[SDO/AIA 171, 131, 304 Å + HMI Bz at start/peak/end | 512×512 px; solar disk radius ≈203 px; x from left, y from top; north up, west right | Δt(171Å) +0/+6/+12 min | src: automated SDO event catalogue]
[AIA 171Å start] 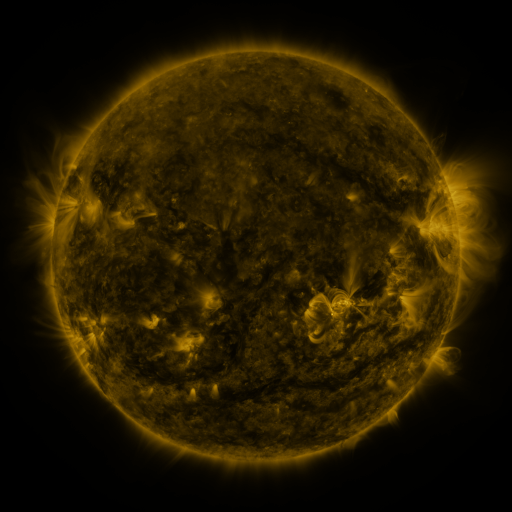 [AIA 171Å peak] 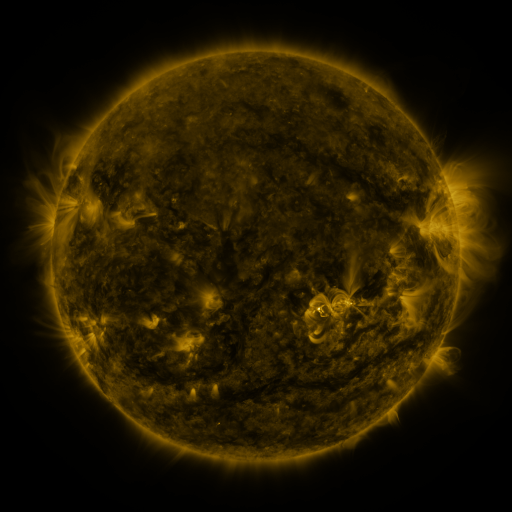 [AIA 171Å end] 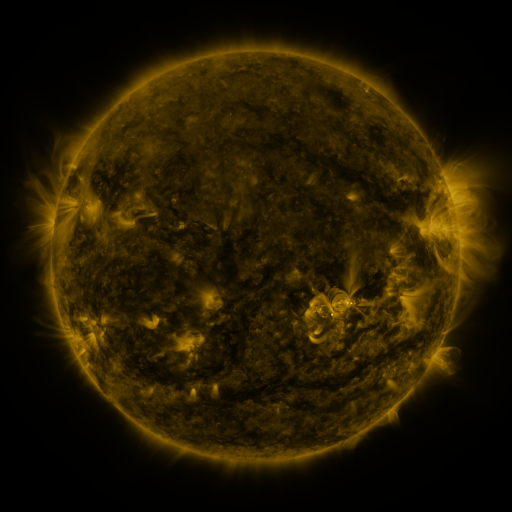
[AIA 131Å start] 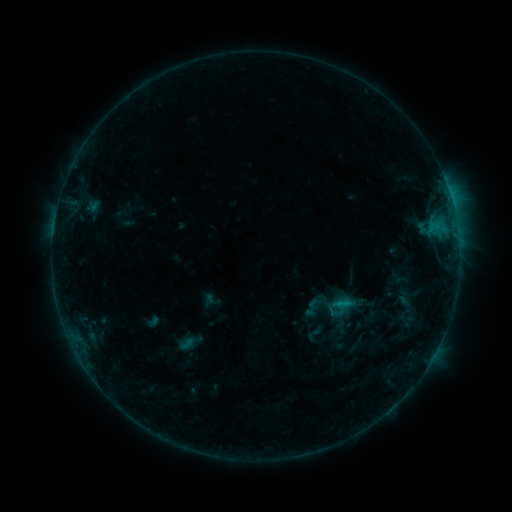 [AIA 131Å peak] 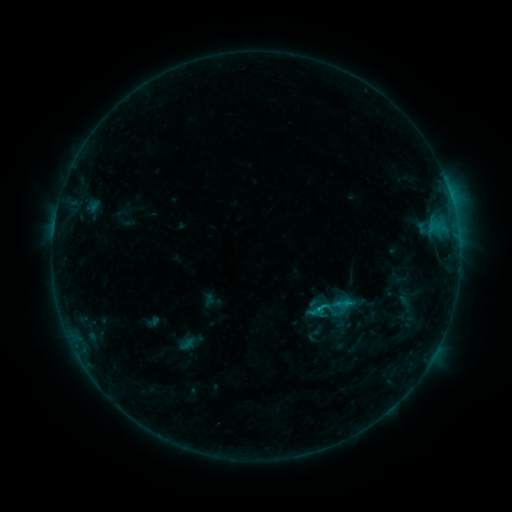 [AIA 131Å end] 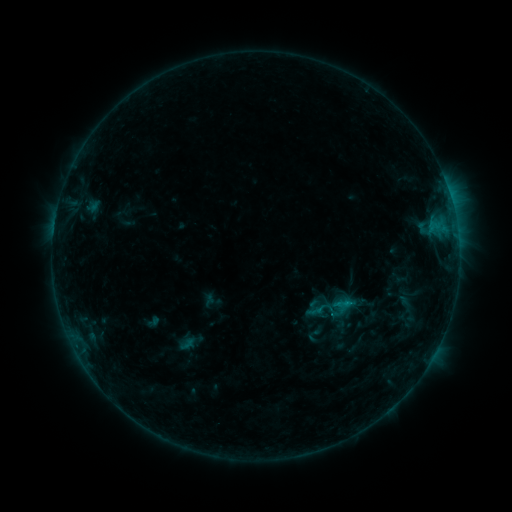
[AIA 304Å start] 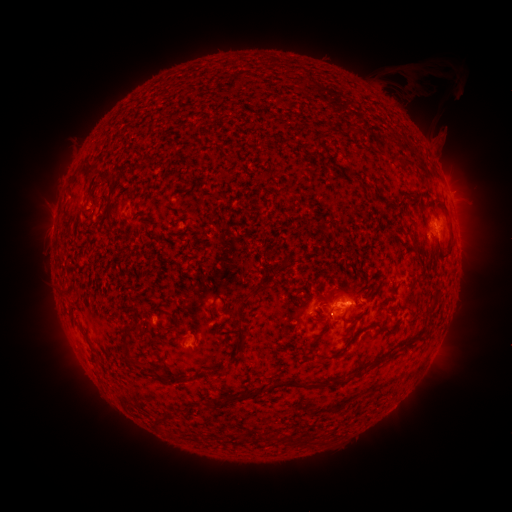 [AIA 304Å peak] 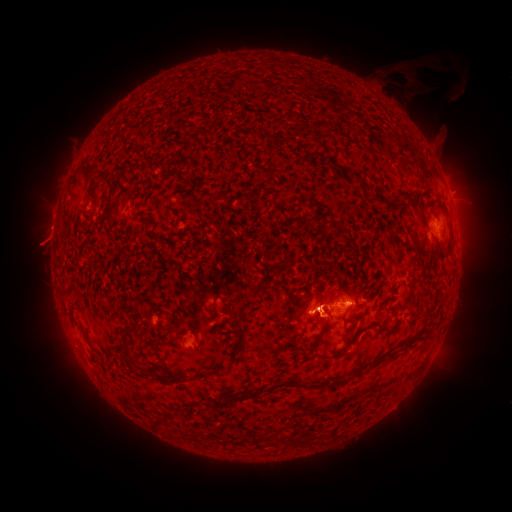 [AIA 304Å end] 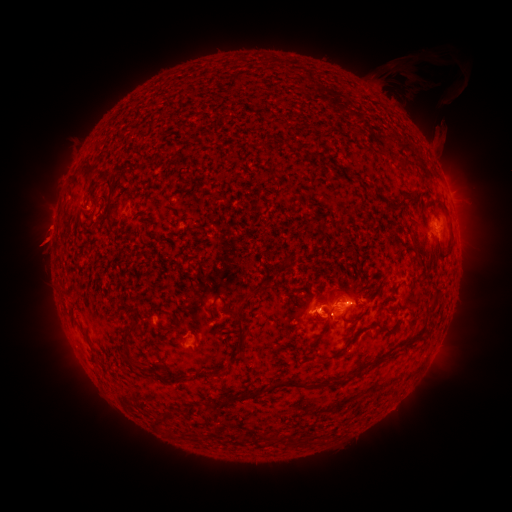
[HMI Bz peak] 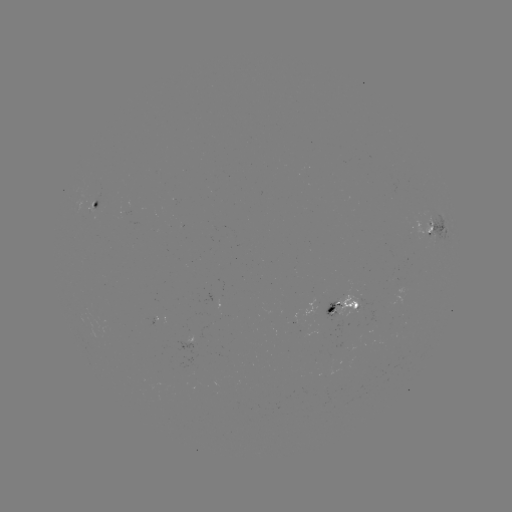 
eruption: [272, 269, 347, 354]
